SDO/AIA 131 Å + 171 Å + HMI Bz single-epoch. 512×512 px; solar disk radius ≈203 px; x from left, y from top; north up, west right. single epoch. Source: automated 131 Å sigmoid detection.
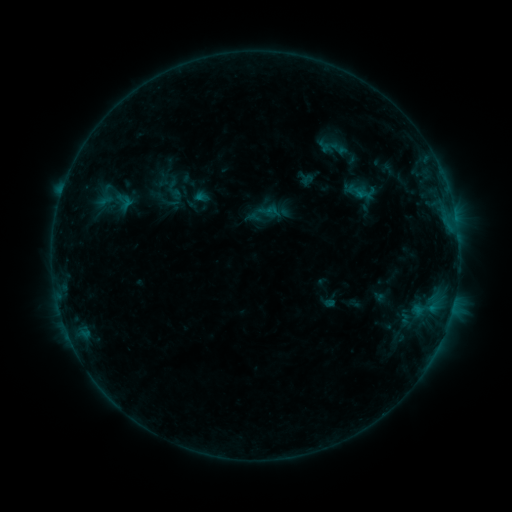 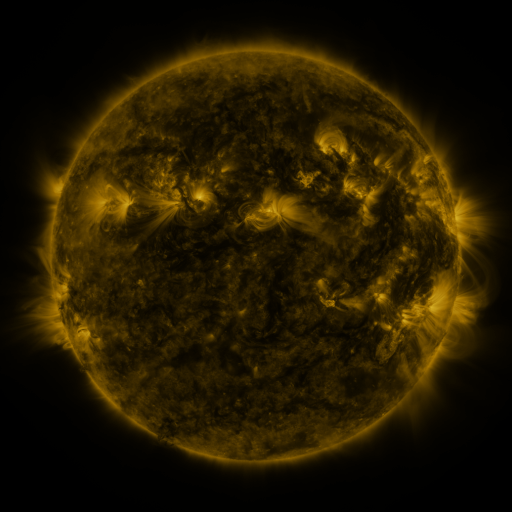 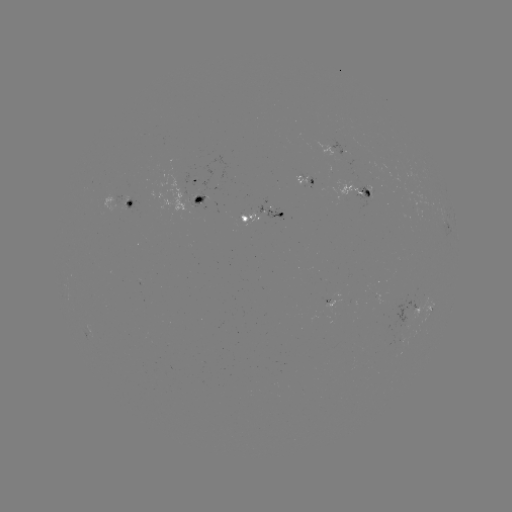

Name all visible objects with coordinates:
sigmoid: <bbox>315, 133, 355, 164</bbox>
